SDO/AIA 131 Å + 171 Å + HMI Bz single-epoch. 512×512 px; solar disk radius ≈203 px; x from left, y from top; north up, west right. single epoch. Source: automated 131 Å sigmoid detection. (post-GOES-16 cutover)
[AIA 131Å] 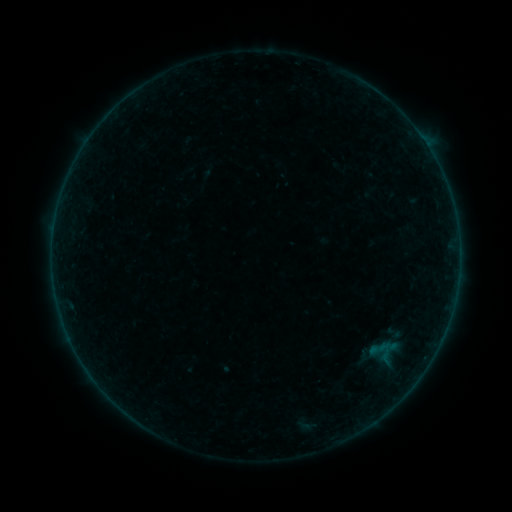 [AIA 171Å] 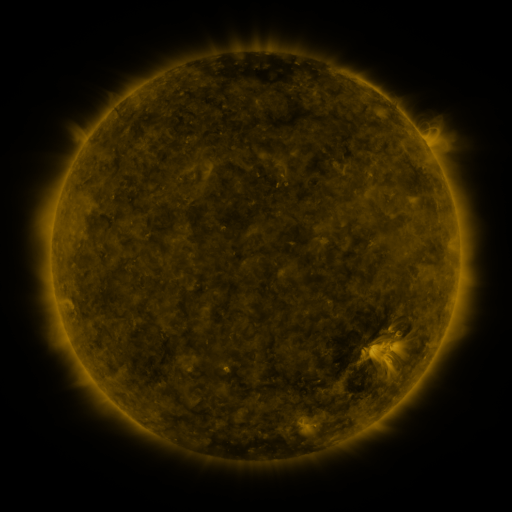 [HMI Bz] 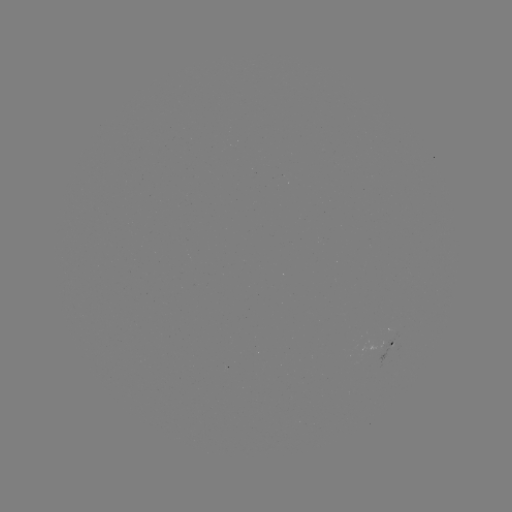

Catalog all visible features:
sigmoid: (394, 333)
